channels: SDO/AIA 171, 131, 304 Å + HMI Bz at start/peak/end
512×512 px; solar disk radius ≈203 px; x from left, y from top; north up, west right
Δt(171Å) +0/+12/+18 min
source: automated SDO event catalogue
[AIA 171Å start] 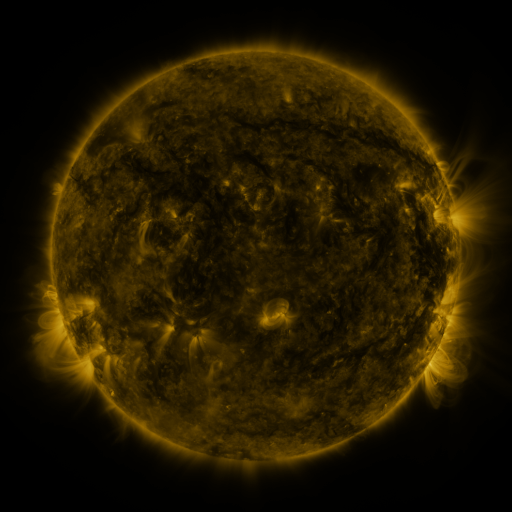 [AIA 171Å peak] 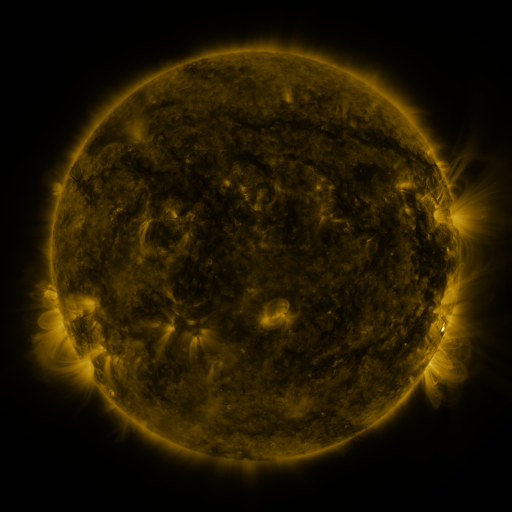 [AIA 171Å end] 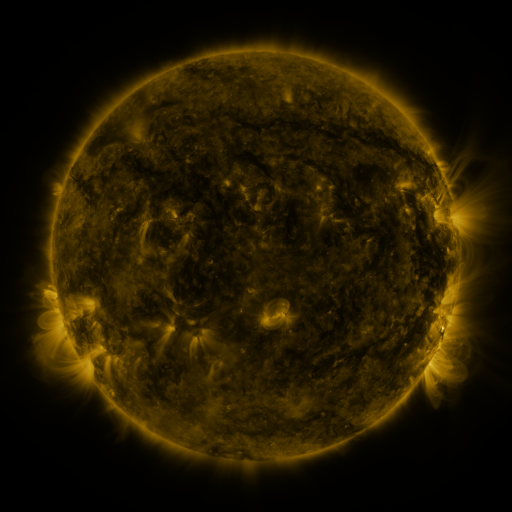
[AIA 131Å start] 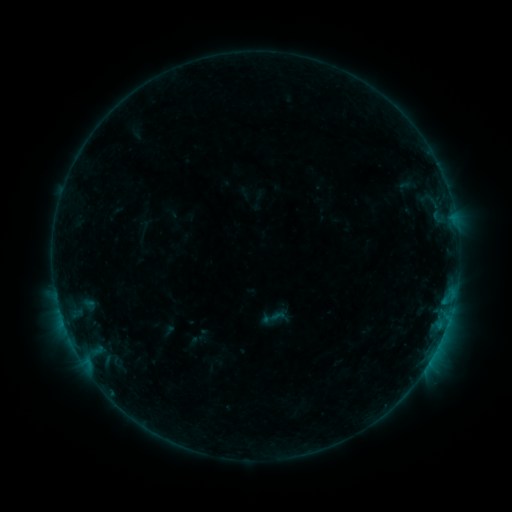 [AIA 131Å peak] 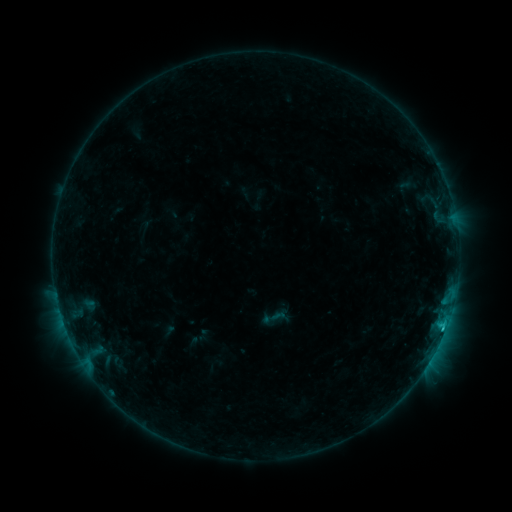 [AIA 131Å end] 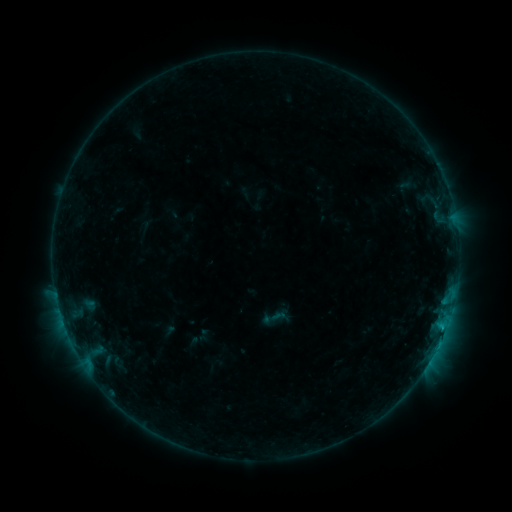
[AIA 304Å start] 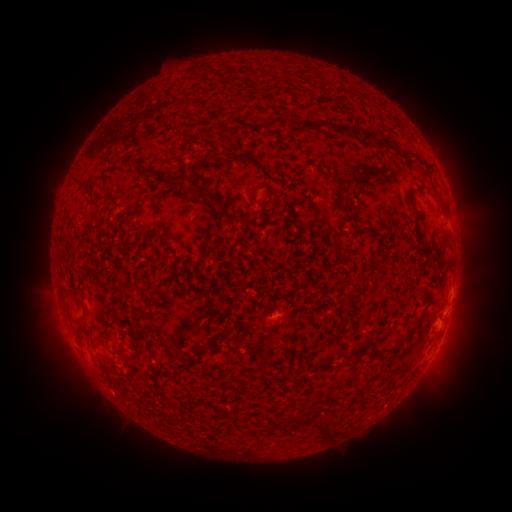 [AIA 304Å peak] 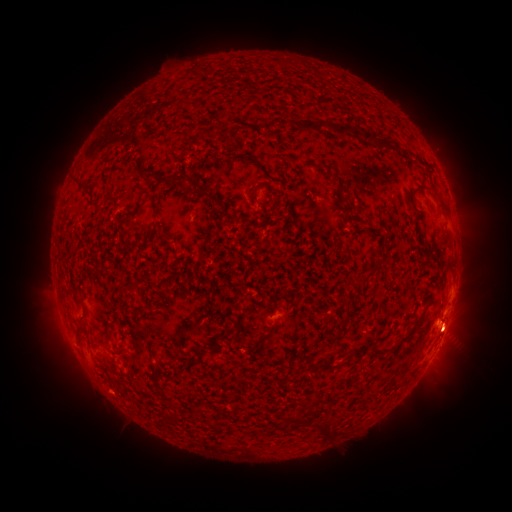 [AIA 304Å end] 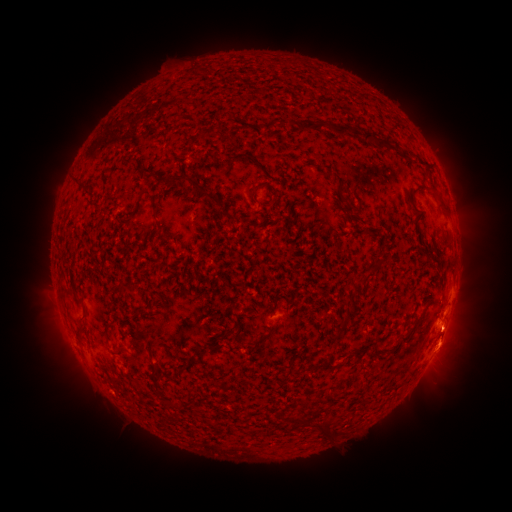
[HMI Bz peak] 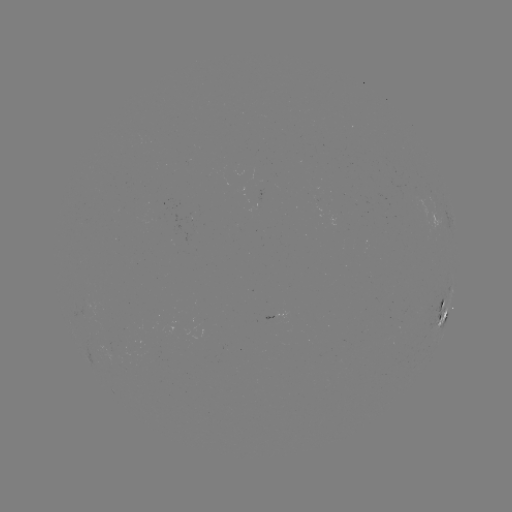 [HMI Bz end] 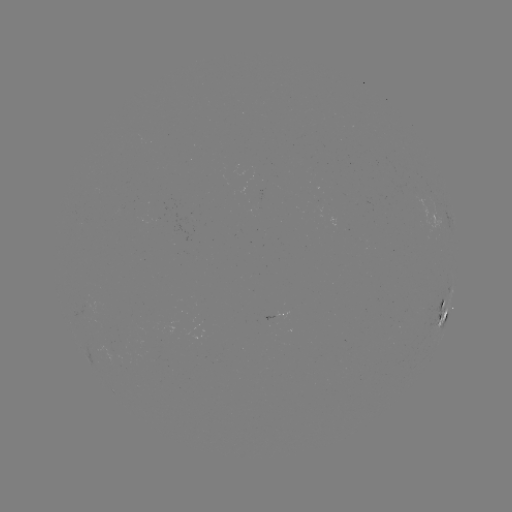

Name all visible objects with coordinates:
B7.8 flare: (441, 323)
